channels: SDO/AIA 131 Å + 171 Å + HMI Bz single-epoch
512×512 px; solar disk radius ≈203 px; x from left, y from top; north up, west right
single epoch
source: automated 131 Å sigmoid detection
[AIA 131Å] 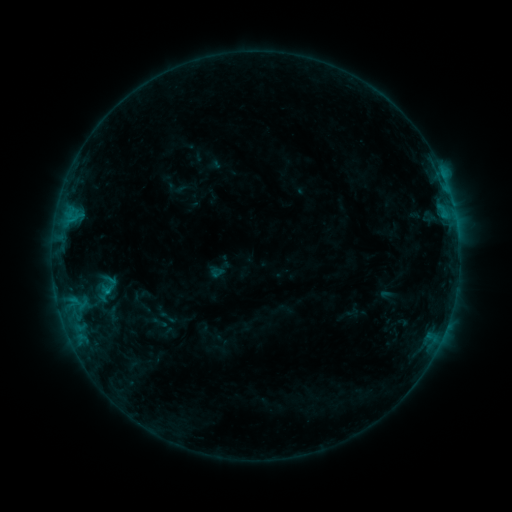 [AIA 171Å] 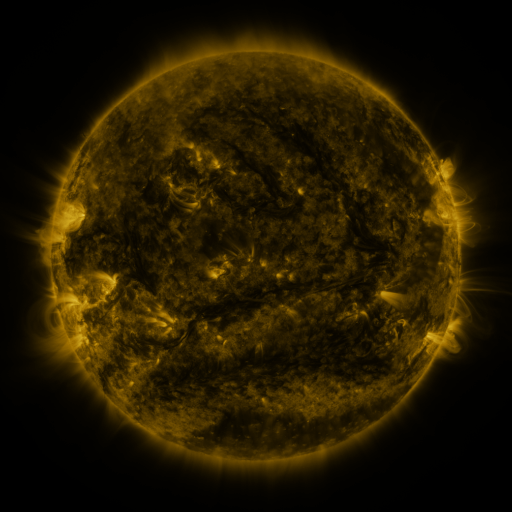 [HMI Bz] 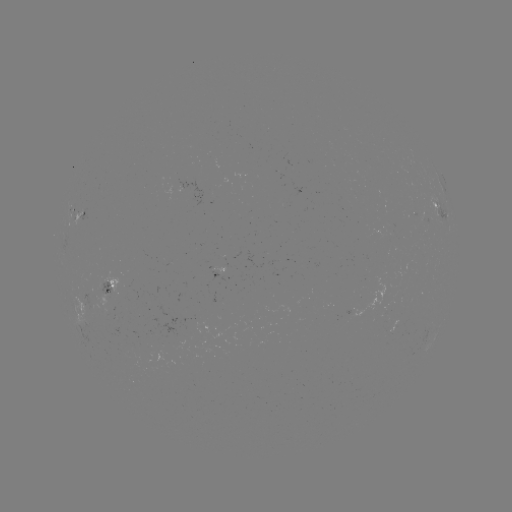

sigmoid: [208, 265, 225, 280]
